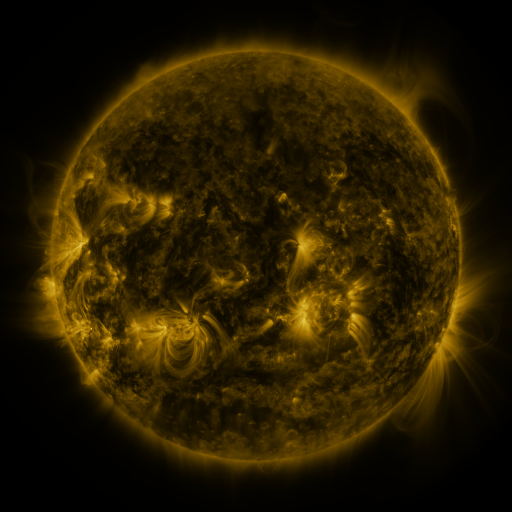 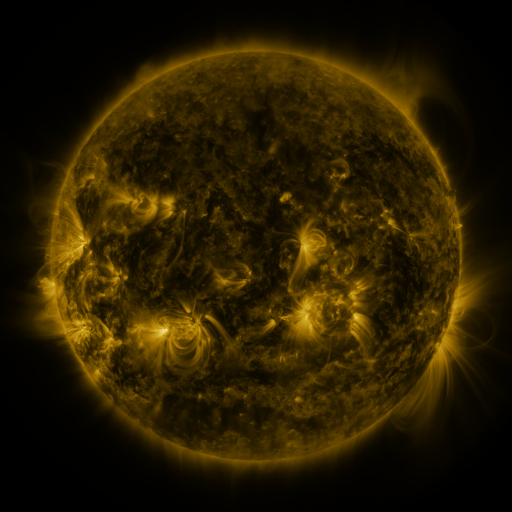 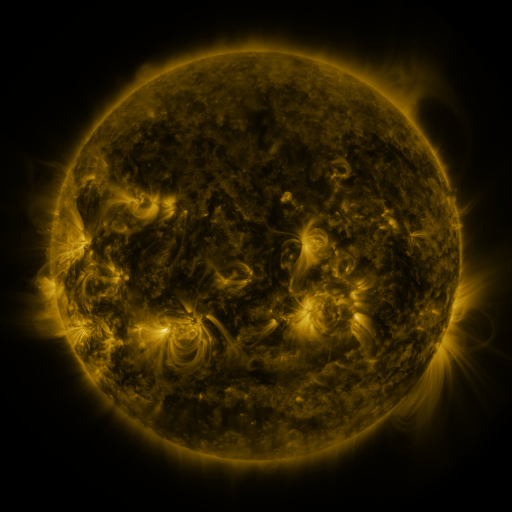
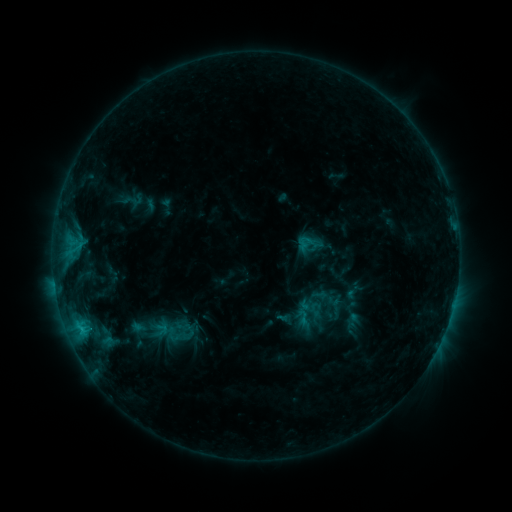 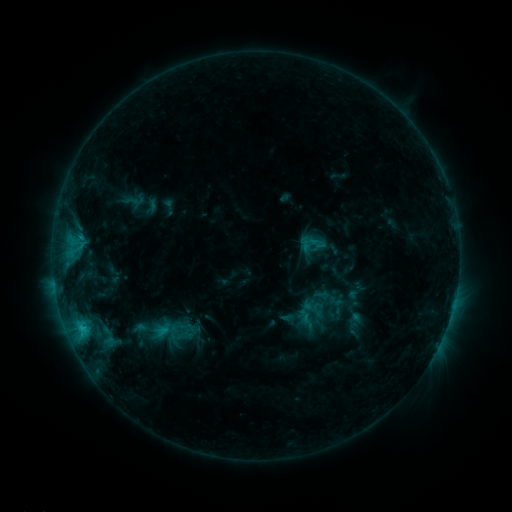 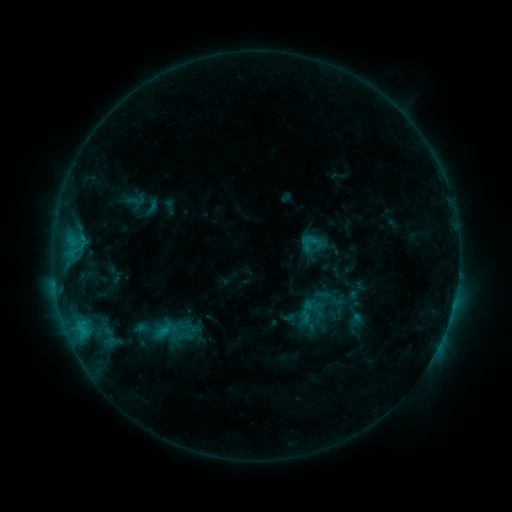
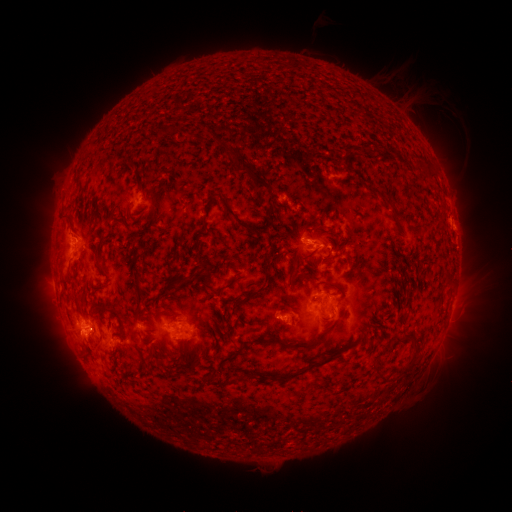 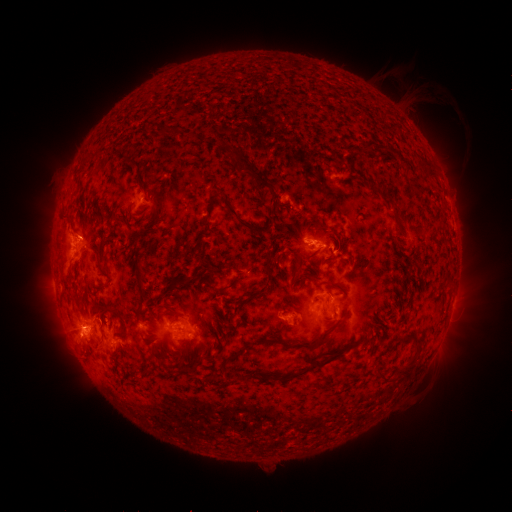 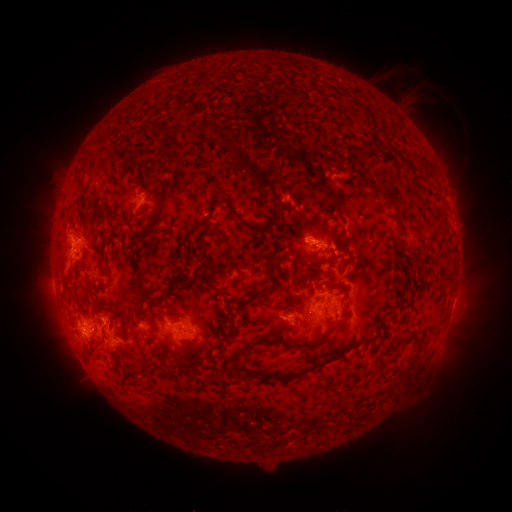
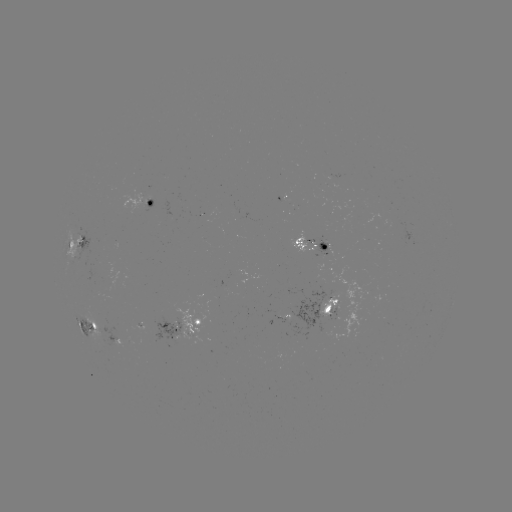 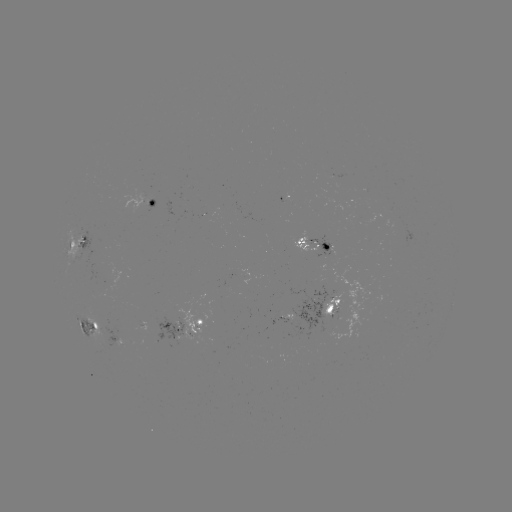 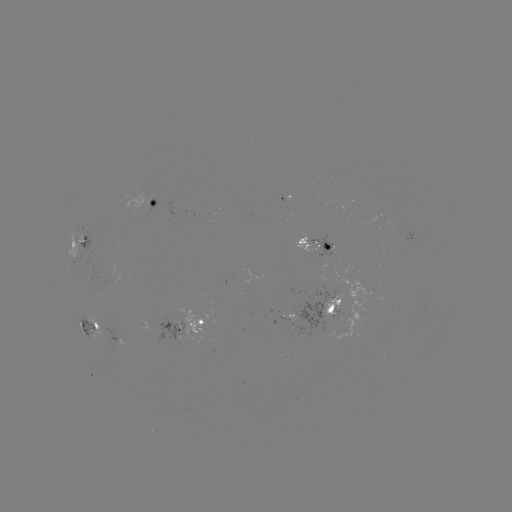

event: emerging-flux region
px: (316, 296)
